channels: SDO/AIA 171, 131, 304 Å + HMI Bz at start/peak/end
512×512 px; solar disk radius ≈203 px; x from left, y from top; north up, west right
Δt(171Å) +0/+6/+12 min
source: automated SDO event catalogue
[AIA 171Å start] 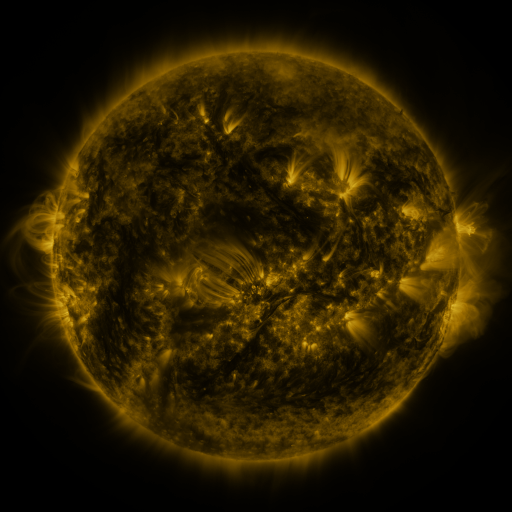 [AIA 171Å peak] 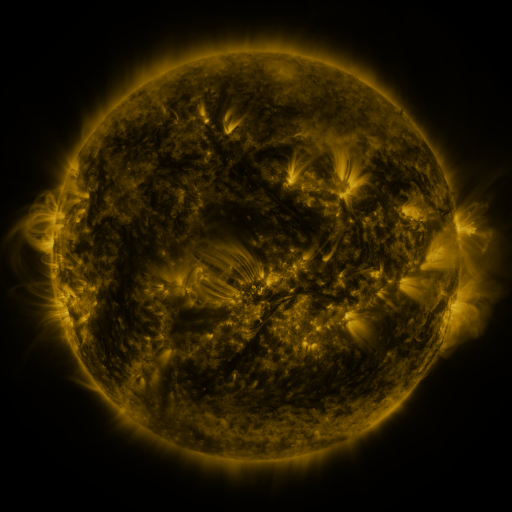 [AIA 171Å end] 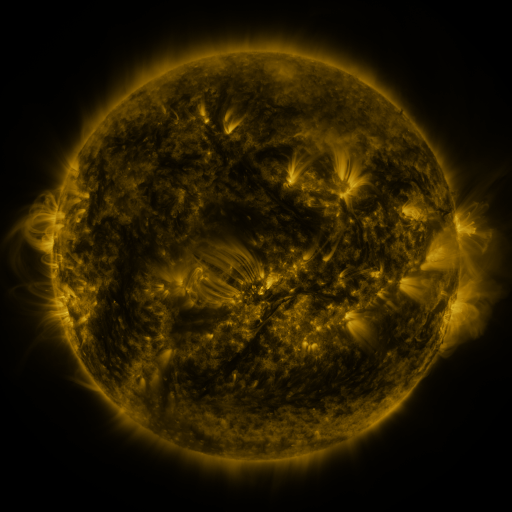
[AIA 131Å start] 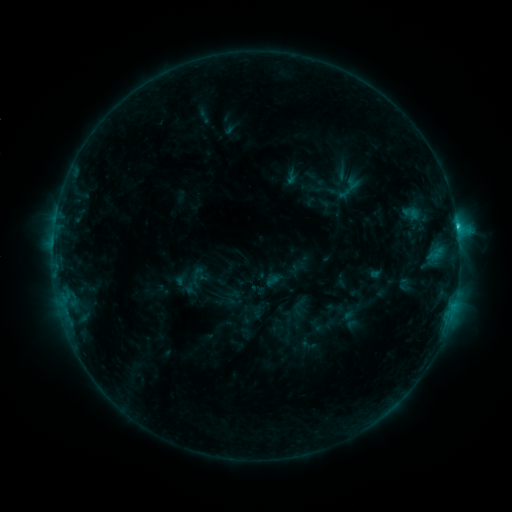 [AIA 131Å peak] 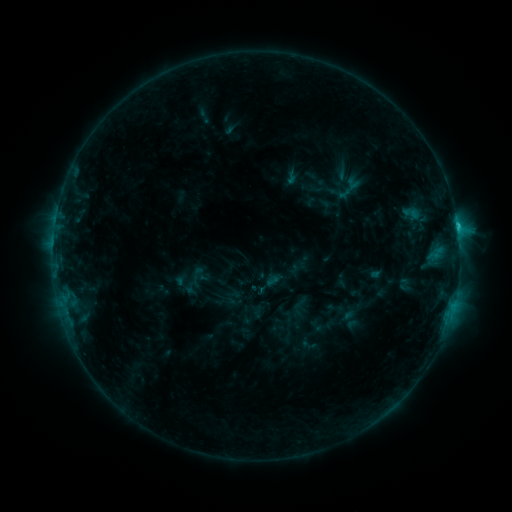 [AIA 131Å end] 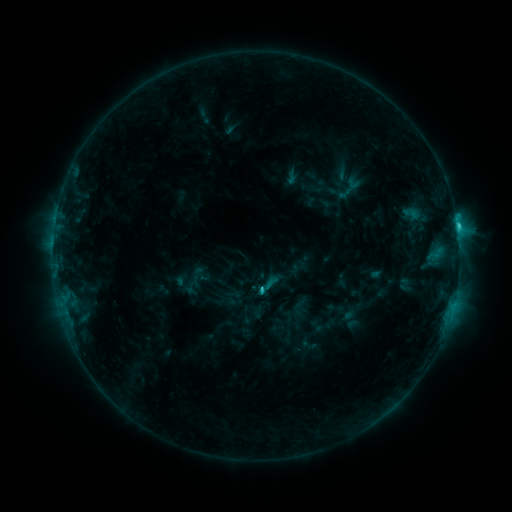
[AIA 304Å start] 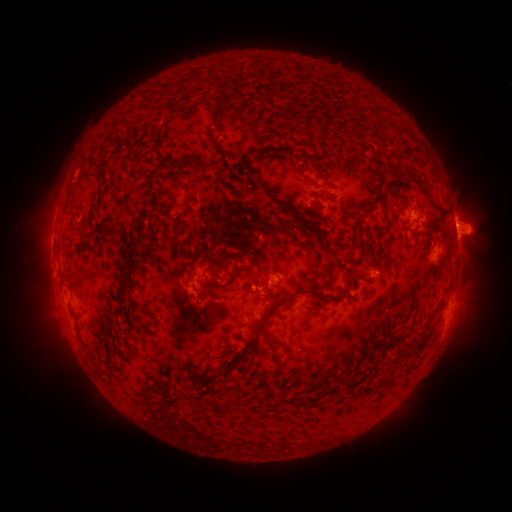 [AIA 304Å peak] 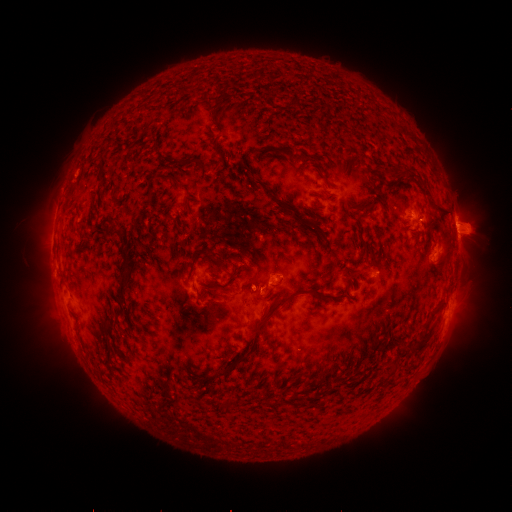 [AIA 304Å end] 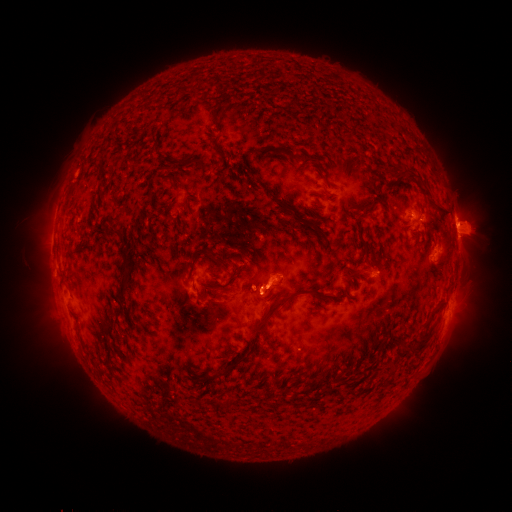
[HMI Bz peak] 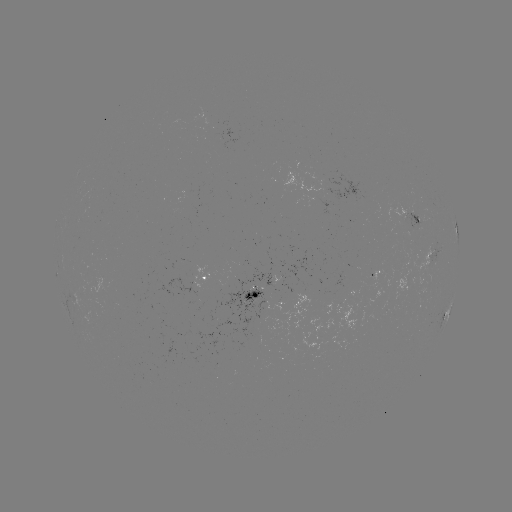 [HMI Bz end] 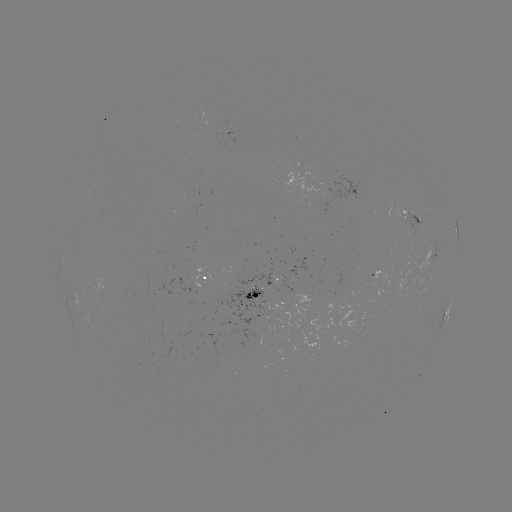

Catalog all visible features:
C2.3 flare: (457, 227)
